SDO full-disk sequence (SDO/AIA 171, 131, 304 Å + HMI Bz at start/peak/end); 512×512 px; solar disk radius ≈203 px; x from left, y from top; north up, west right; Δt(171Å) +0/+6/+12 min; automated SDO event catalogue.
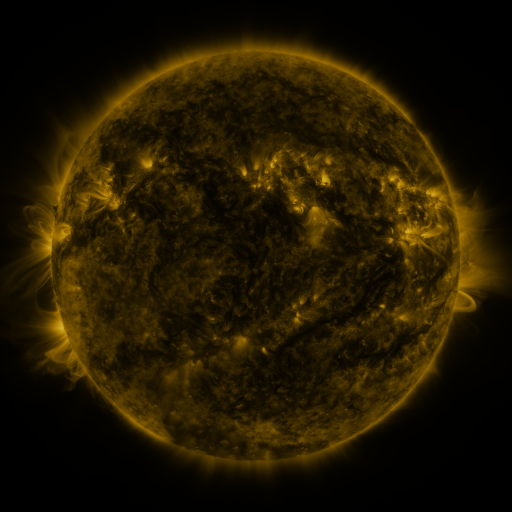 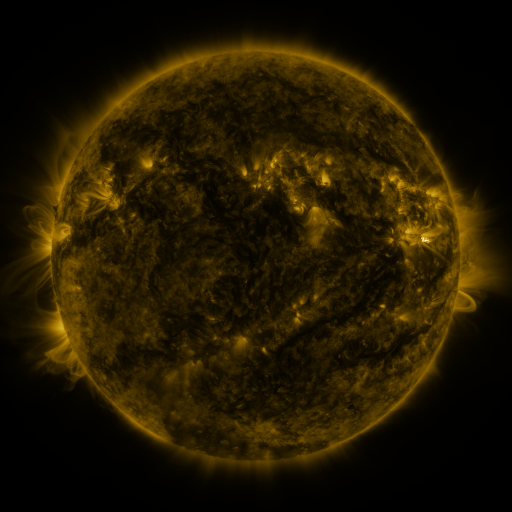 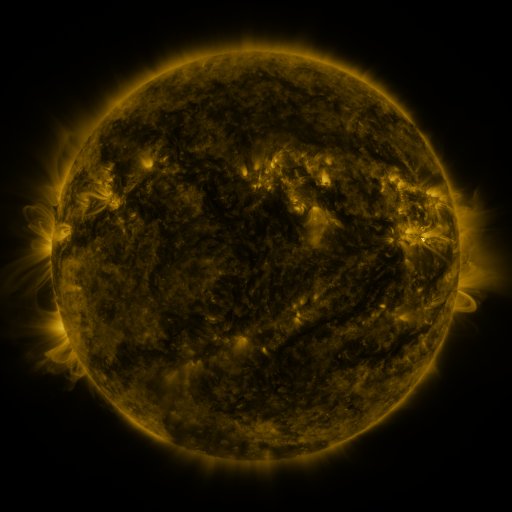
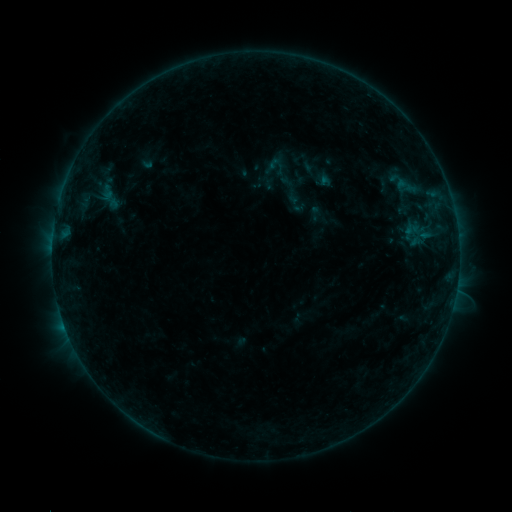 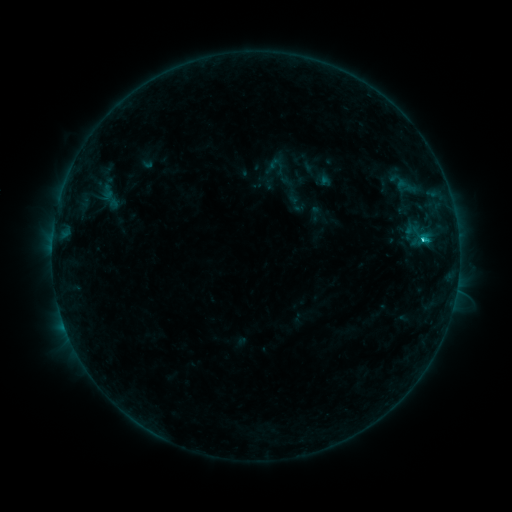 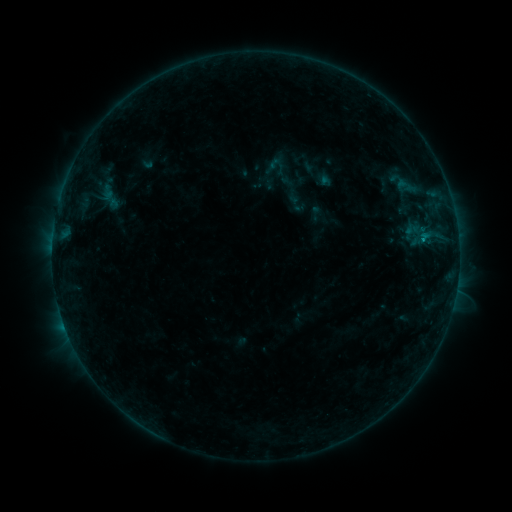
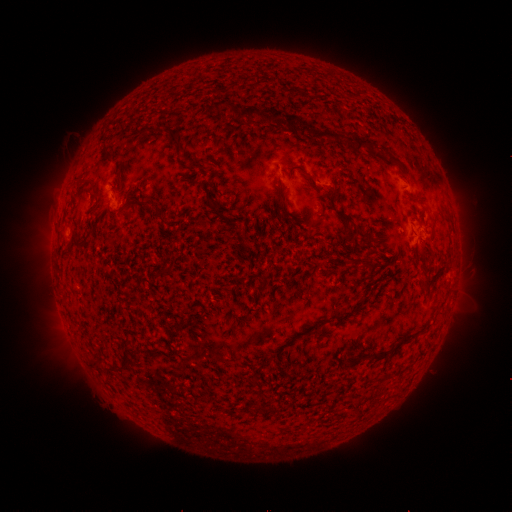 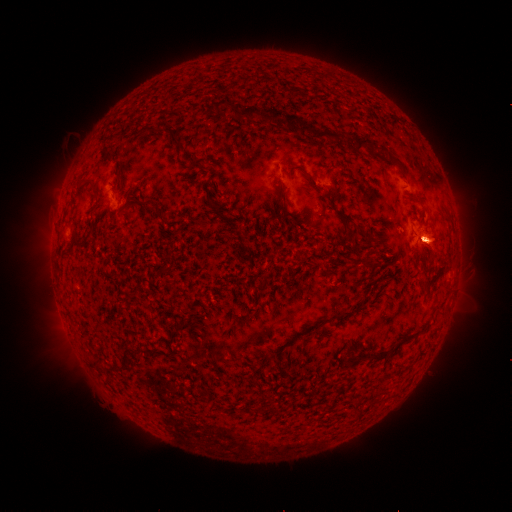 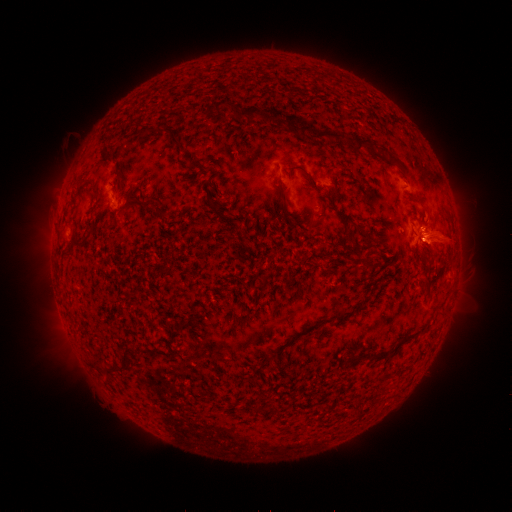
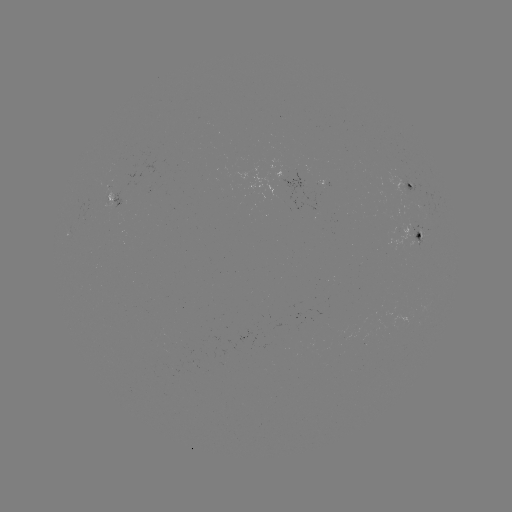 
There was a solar flare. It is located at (422, 243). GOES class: B8.7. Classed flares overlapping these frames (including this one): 1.